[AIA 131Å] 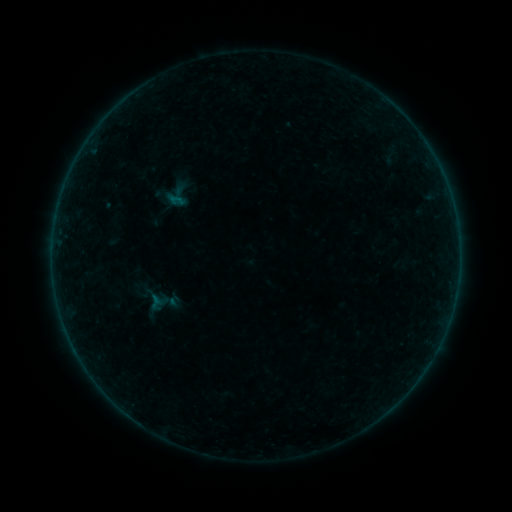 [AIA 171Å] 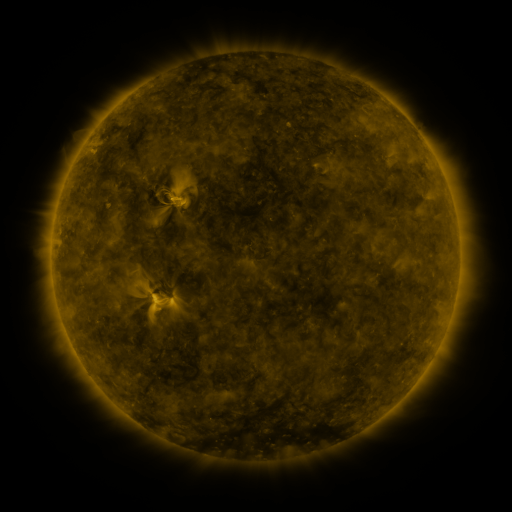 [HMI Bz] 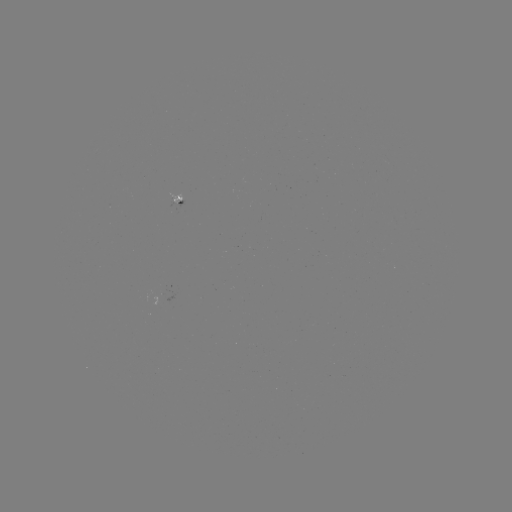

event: sigmoid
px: (177, 195)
